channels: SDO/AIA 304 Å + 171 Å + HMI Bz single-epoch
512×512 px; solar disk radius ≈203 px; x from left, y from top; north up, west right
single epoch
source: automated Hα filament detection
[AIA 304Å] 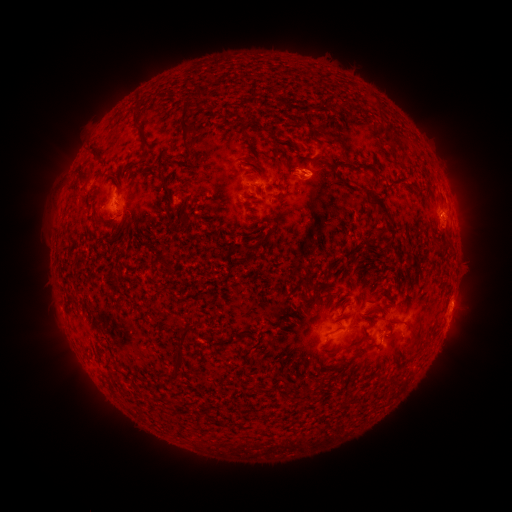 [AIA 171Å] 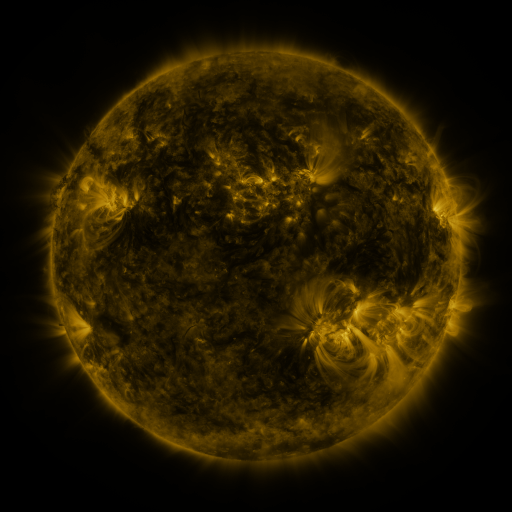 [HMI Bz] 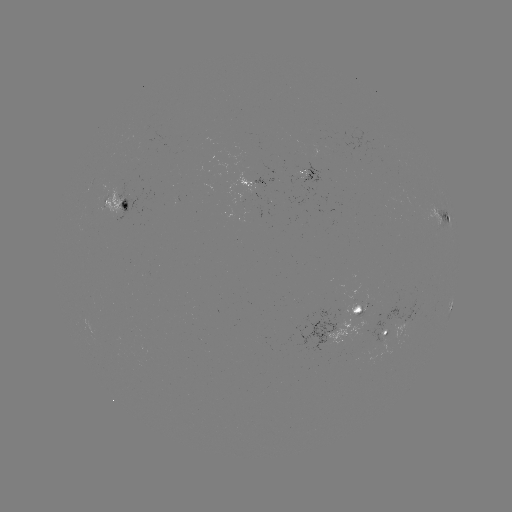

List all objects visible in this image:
filament: (199, 95)
filament: (304, 109)
filament: (185, 130)
filament: (241, 132)
filament: (142, 136)
filament: (393, 141)
filament: (96, 154)
filament: (295, 154)
filament: (254, 161)
filament: (360, 166)
filament: (251, 176)
filament: (392, 183)
filament: (167, 193)
filament: (248, 197)
filament: (384, 211)
filament: (182, 215)
filament: (167, 263)
filament: (337, 292)
filament: (316, 293)
filament: (376, 306)
filament: (187, 329)
filament: (413, 333)
filament: (240, 334)
filament: (247, 352)
filament: (178, 361)
